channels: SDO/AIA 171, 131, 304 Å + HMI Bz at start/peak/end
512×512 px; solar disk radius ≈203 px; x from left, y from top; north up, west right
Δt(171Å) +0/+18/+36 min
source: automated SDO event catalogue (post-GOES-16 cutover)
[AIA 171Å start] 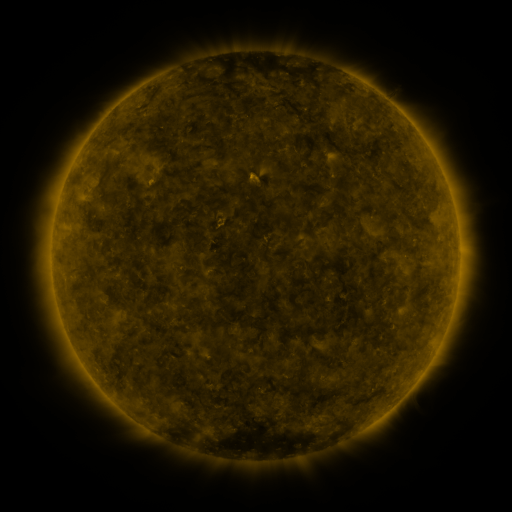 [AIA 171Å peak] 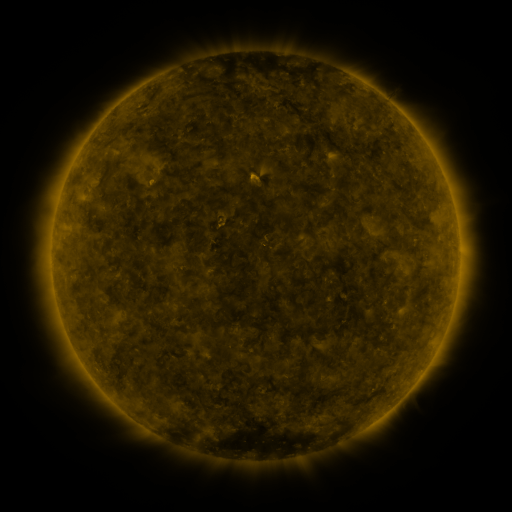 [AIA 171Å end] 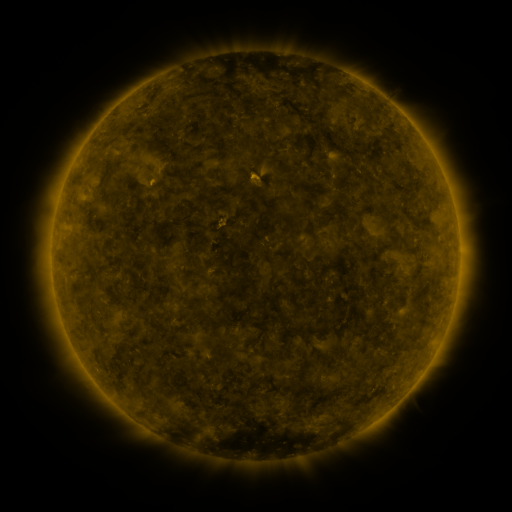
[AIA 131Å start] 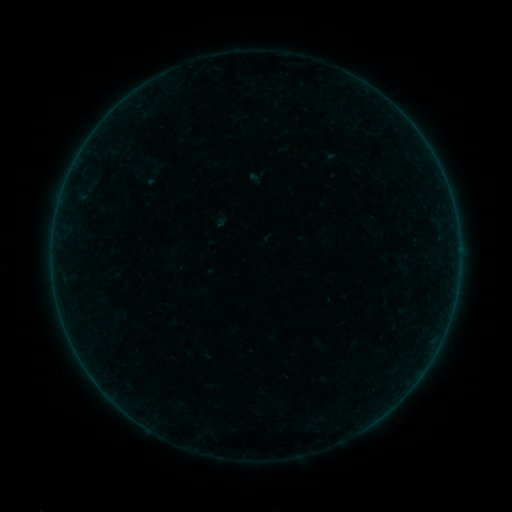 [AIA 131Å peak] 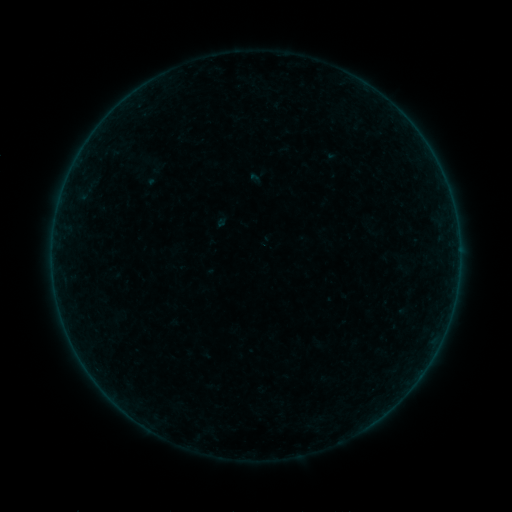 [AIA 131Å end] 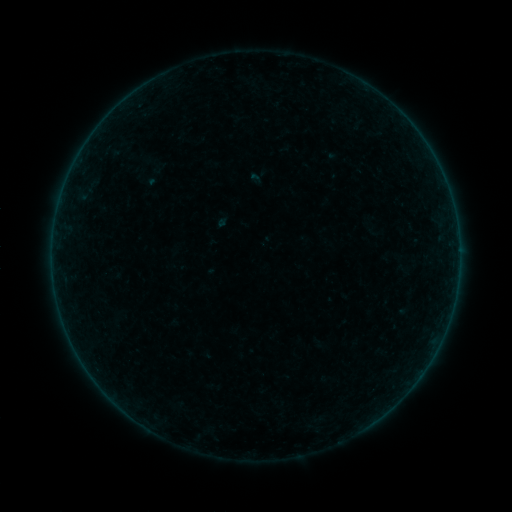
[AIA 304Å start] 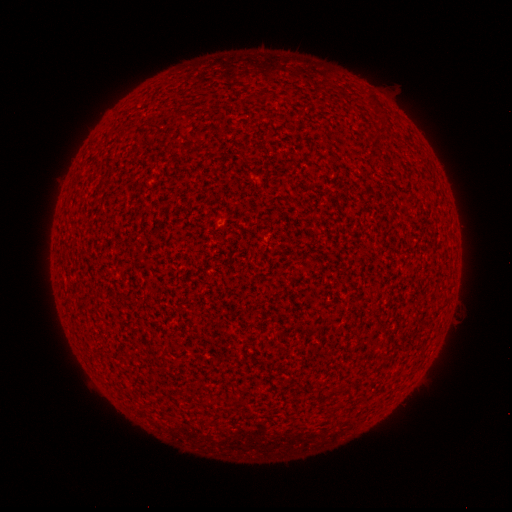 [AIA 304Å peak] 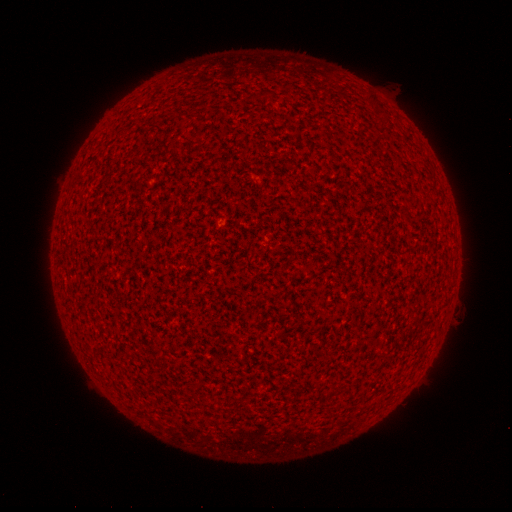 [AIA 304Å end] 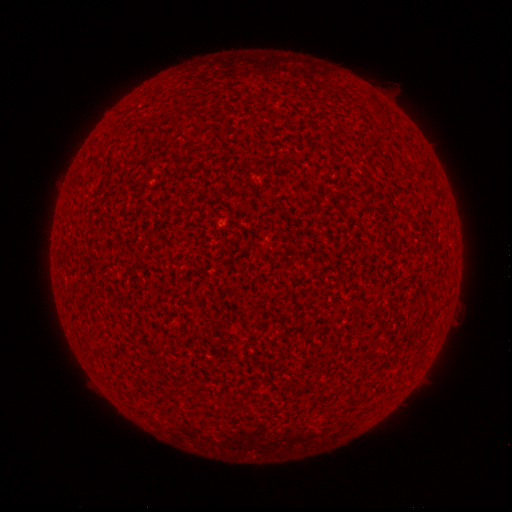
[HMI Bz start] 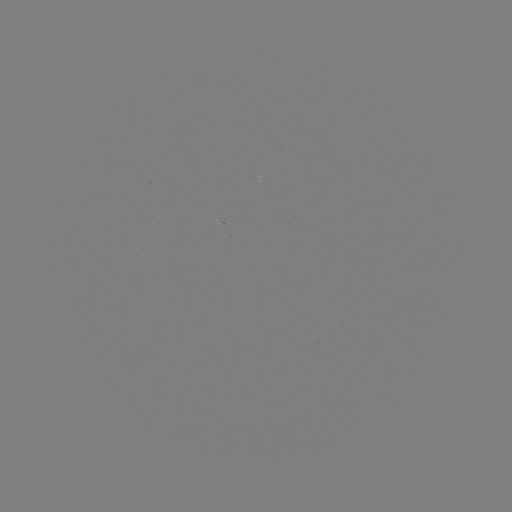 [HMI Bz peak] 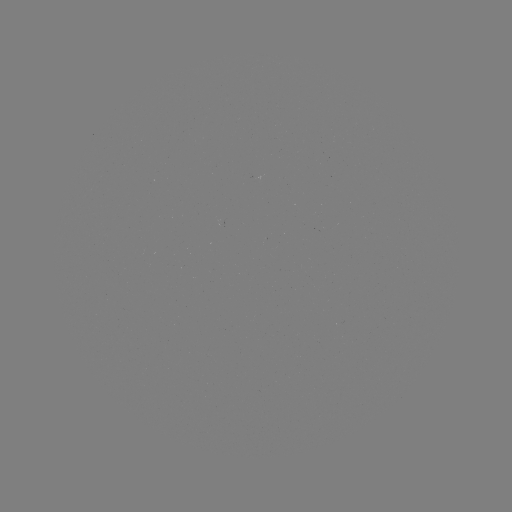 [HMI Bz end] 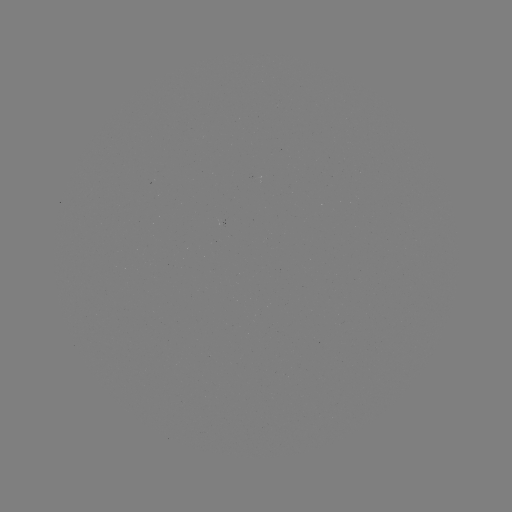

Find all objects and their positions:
A8.9 flare: (220, 227)
